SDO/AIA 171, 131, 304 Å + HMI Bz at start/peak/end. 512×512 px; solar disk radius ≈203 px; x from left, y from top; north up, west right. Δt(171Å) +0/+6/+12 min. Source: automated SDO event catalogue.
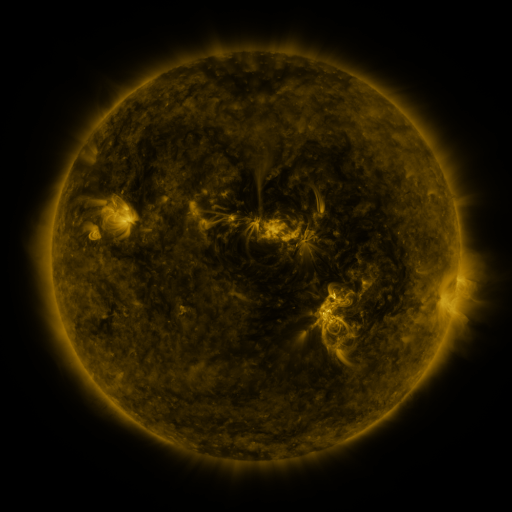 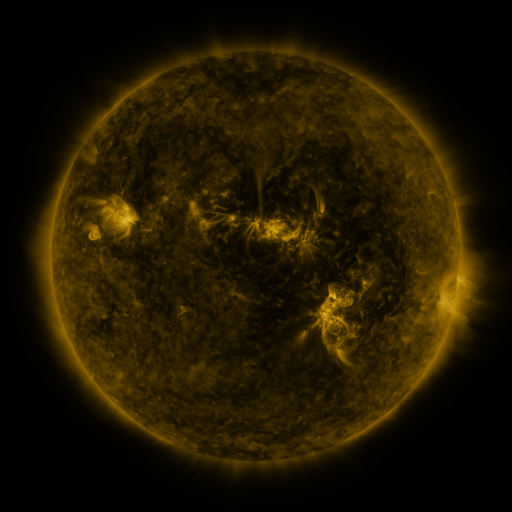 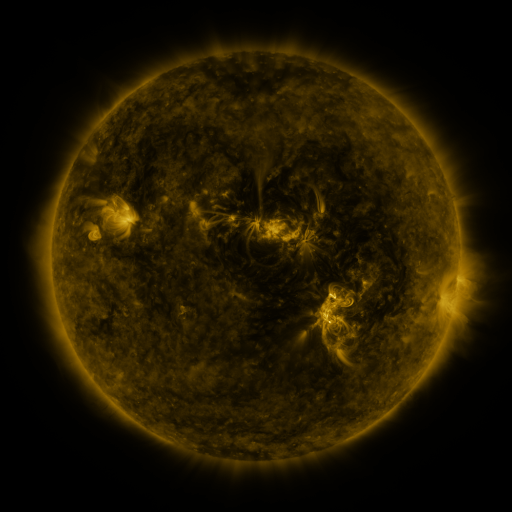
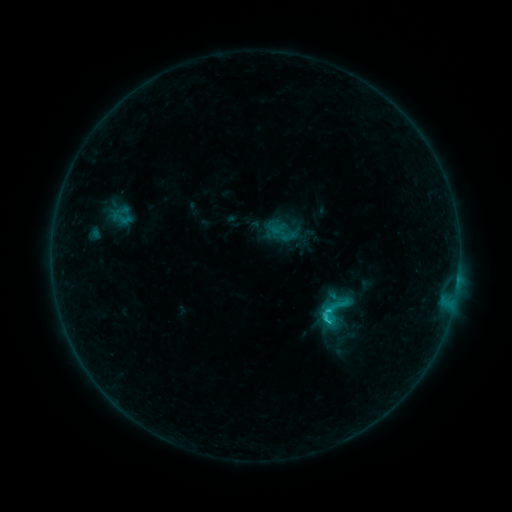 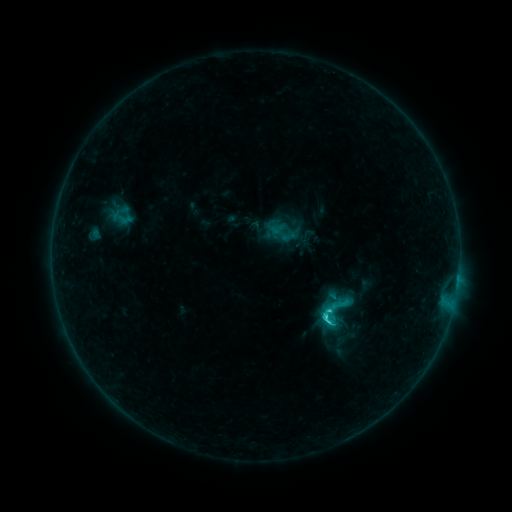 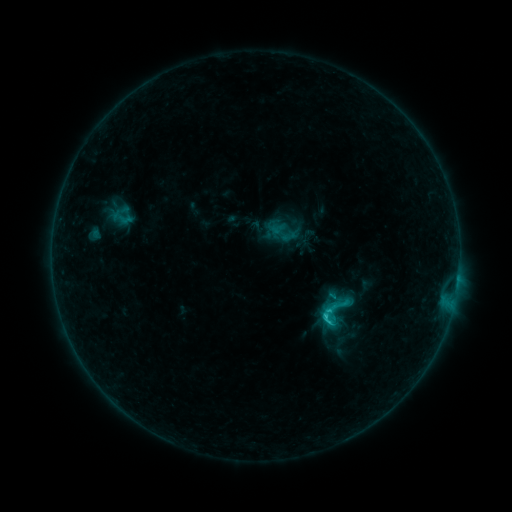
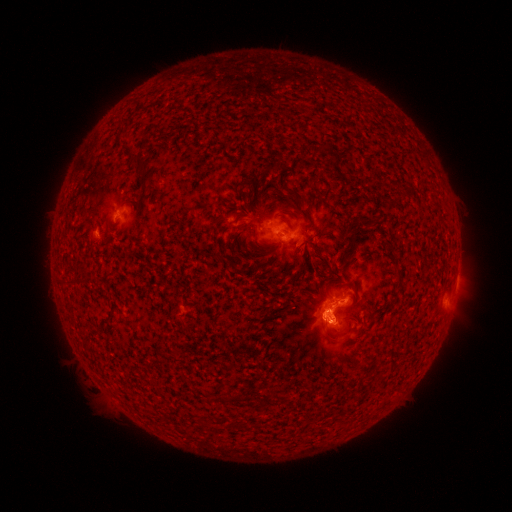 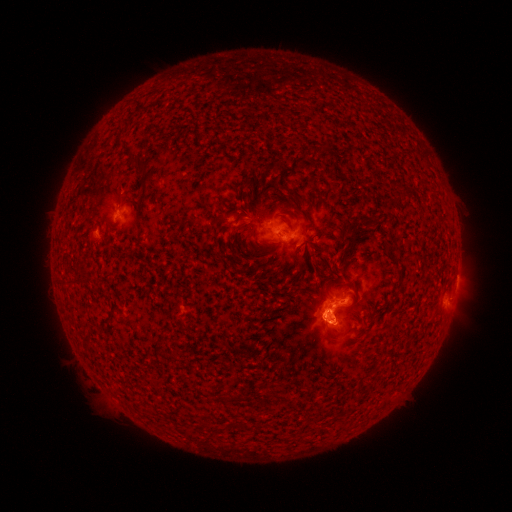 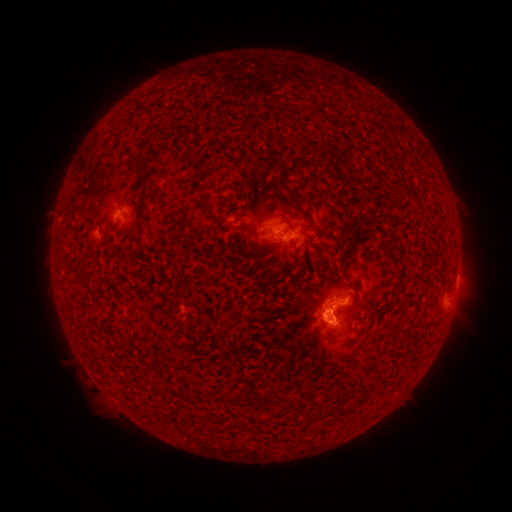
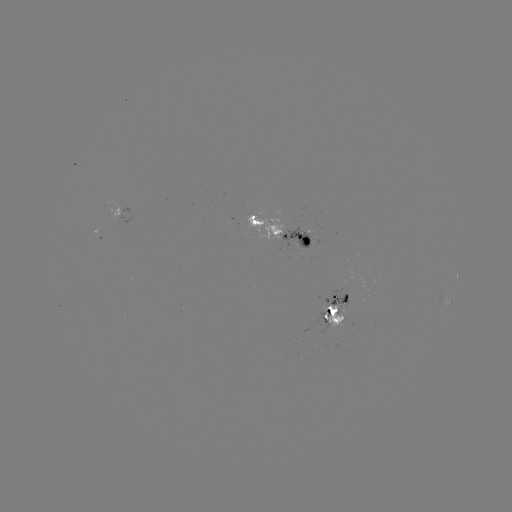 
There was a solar flare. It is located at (327, 321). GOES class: C2.2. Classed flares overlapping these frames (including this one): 1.